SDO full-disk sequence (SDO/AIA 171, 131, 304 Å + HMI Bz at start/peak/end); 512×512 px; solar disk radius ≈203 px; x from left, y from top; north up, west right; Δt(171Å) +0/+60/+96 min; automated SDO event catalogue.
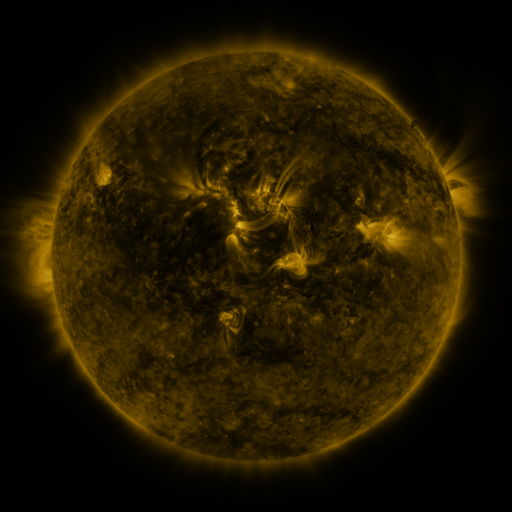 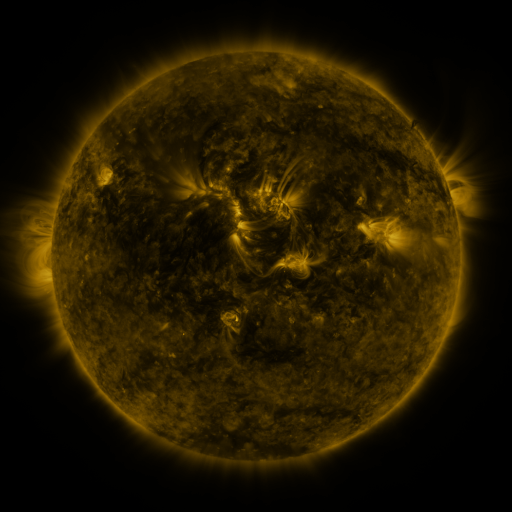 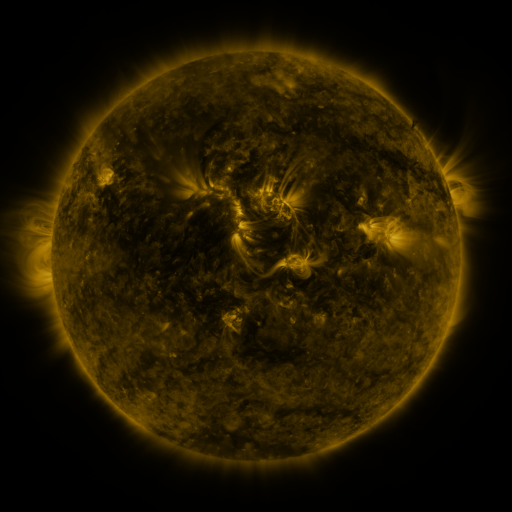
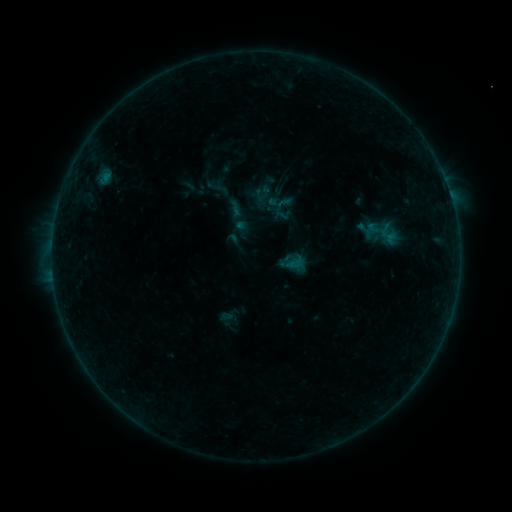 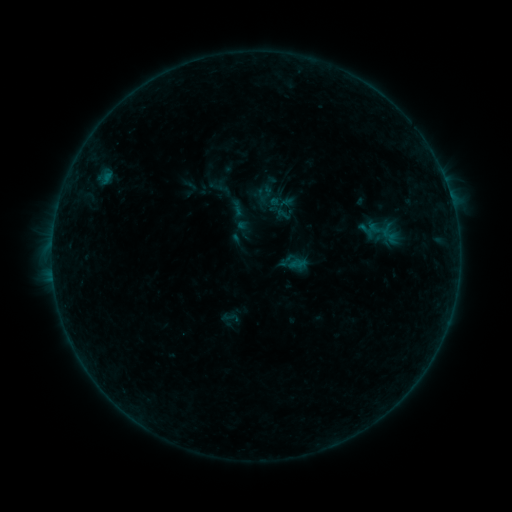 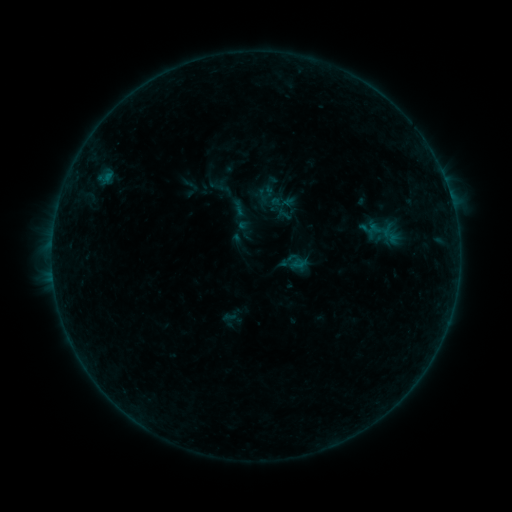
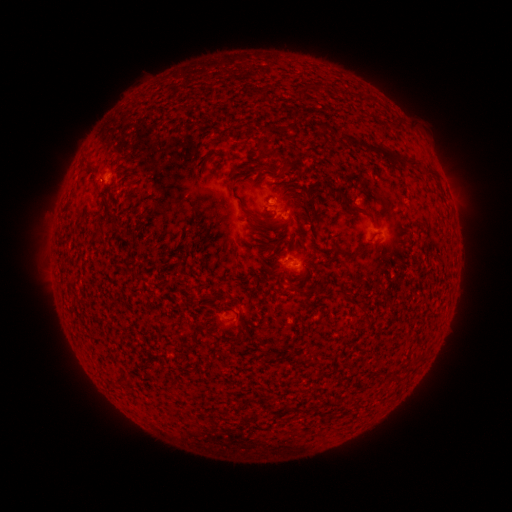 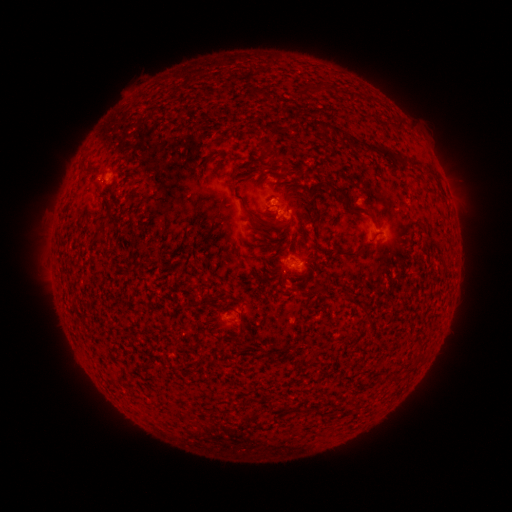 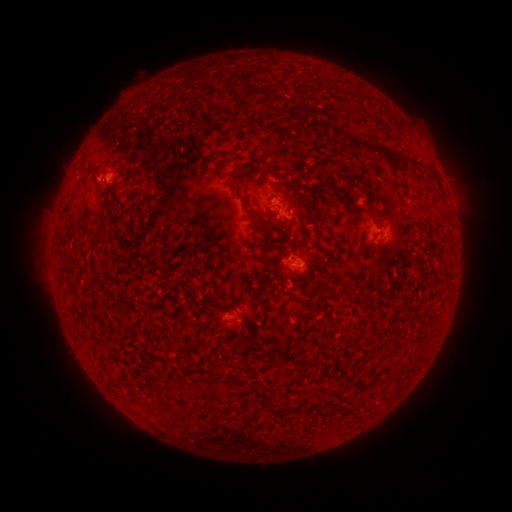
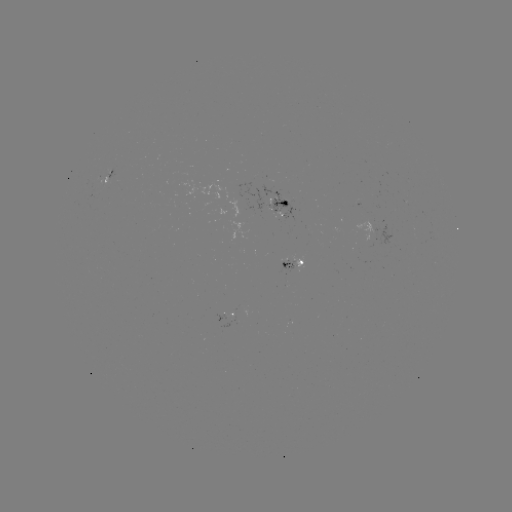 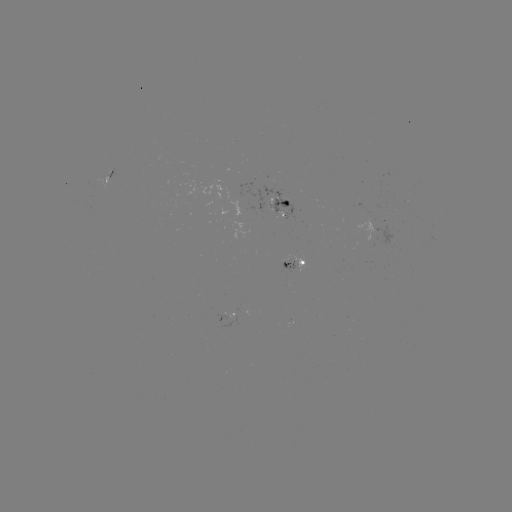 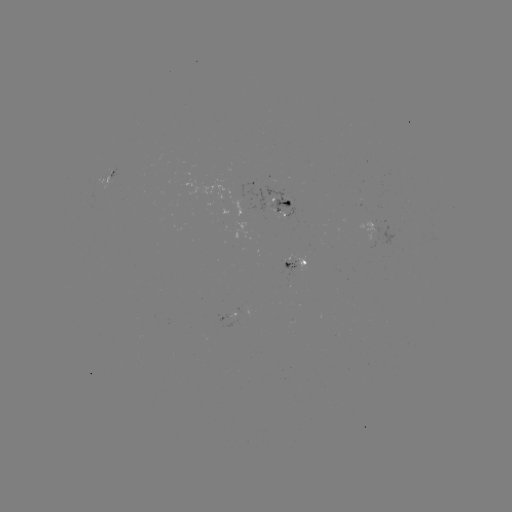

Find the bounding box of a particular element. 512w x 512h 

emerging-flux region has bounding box [226, 312, 241, 319].